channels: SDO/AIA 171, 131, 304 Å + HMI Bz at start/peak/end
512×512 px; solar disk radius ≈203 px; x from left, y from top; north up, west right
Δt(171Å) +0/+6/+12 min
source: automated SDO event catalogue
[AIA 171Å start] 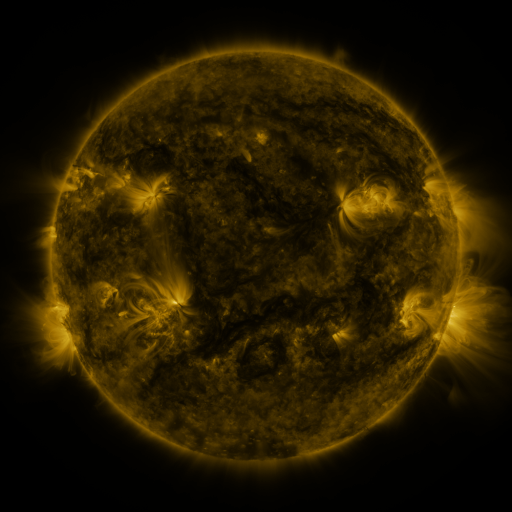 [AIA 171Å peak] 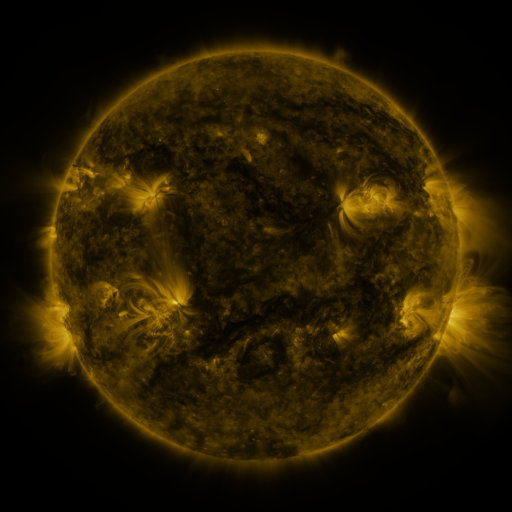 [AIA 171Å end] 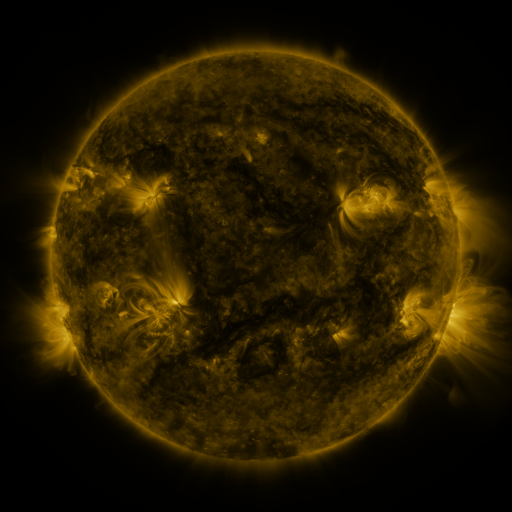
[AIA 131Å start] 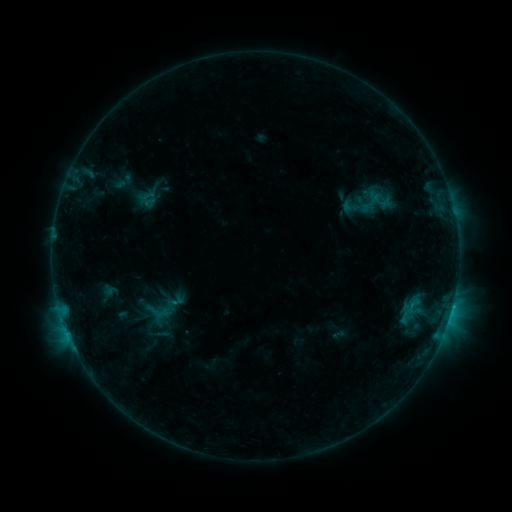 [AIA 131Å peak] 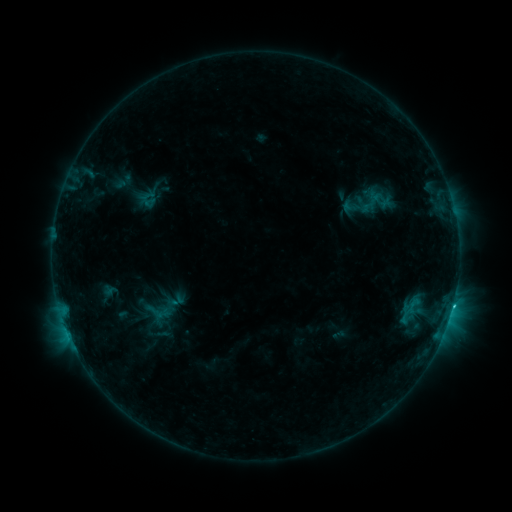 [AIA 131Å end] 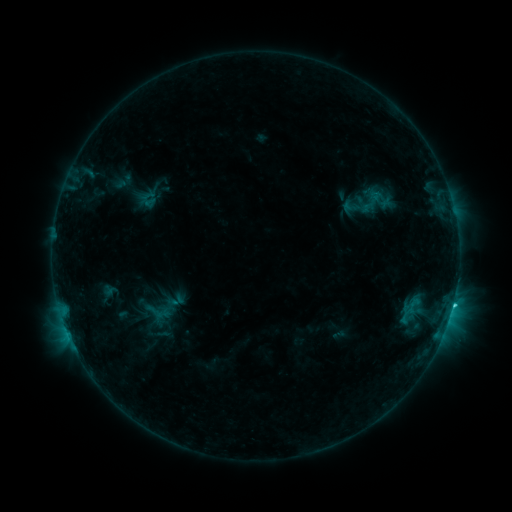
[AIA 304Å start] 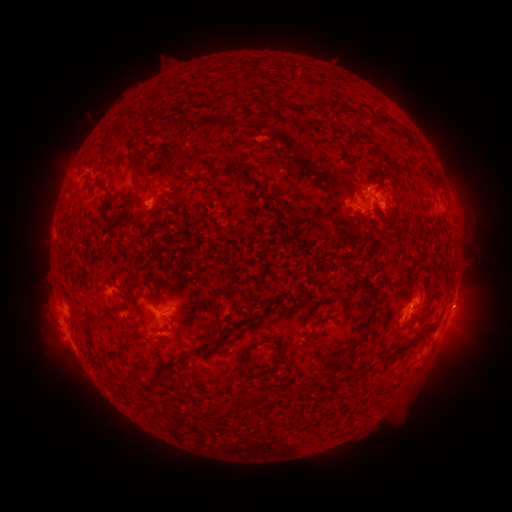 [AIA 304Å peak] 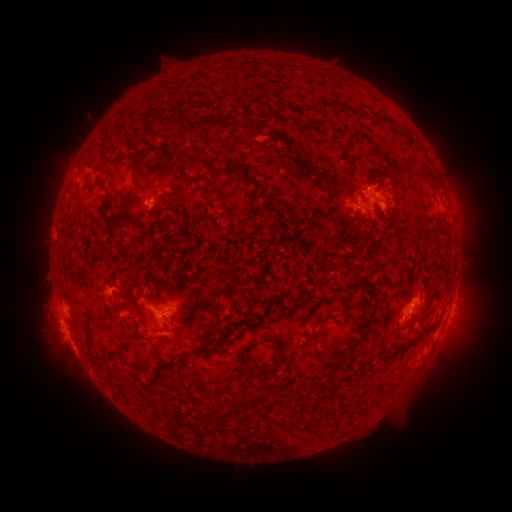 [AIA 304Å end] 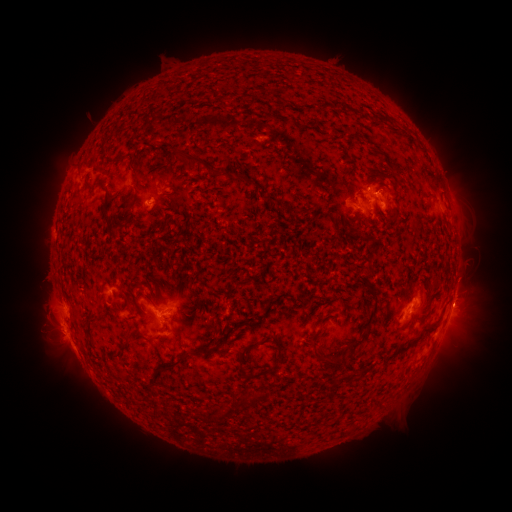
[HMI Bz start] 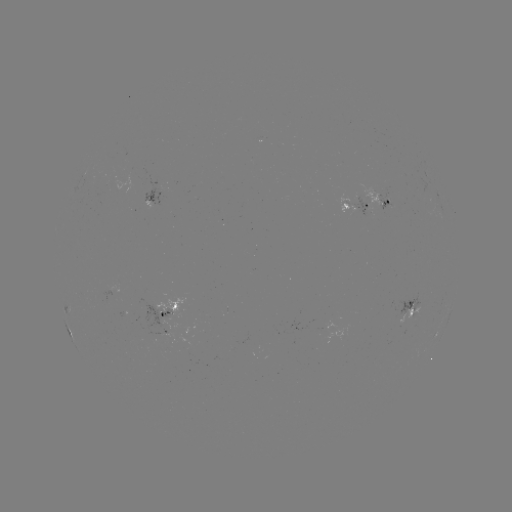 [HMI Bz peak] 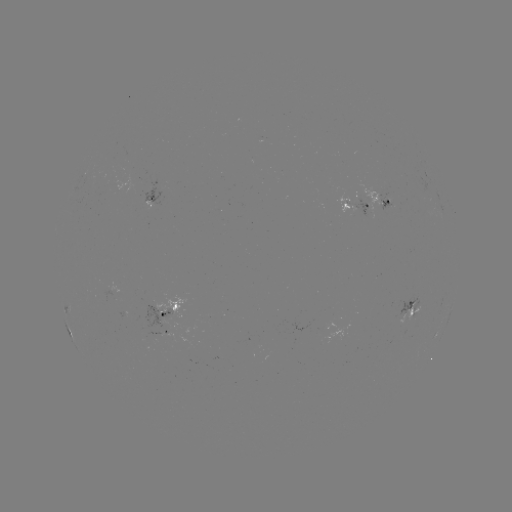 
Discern eruption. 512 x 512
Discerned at [462, 304].